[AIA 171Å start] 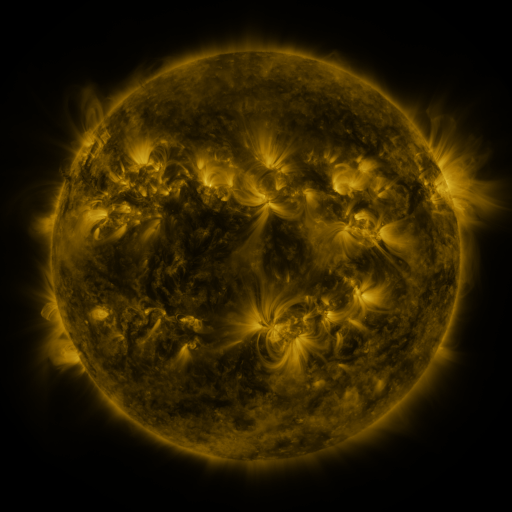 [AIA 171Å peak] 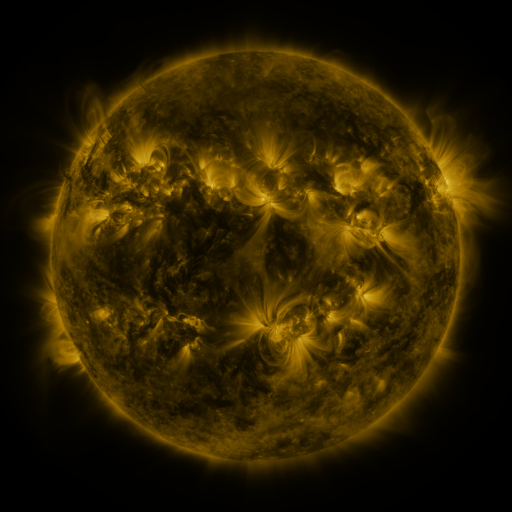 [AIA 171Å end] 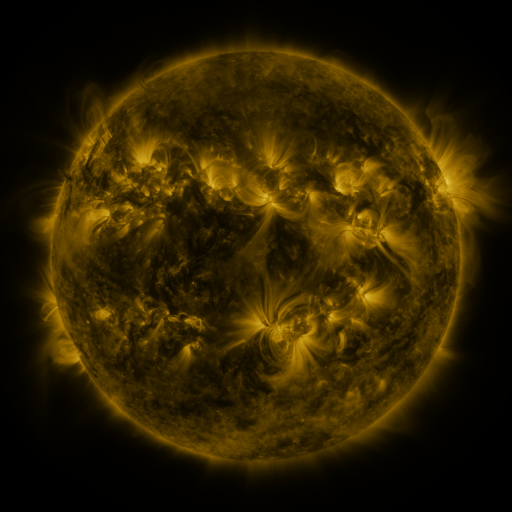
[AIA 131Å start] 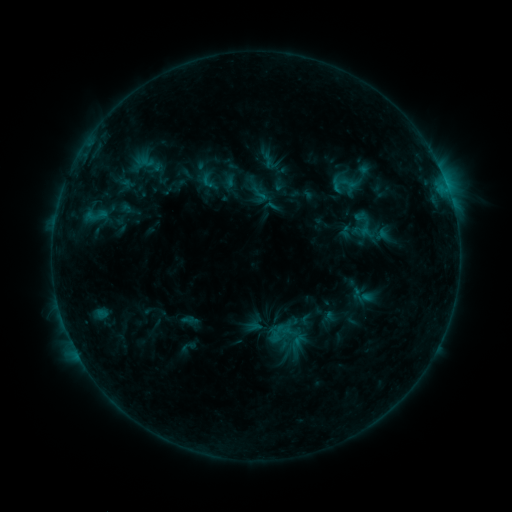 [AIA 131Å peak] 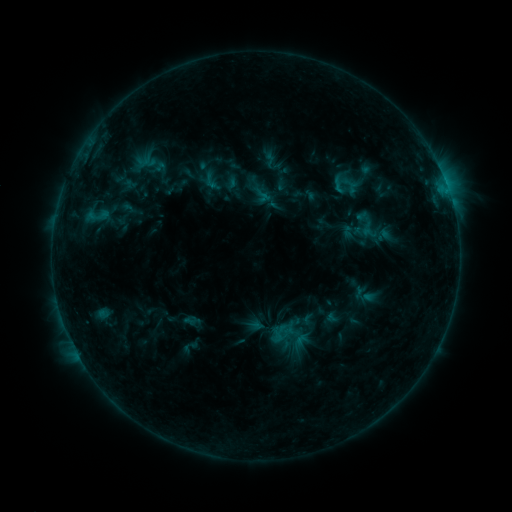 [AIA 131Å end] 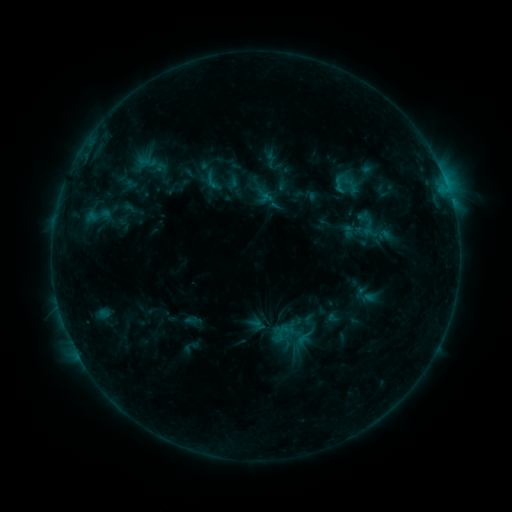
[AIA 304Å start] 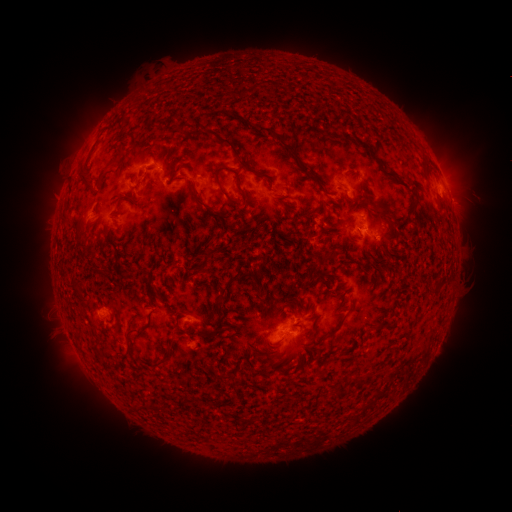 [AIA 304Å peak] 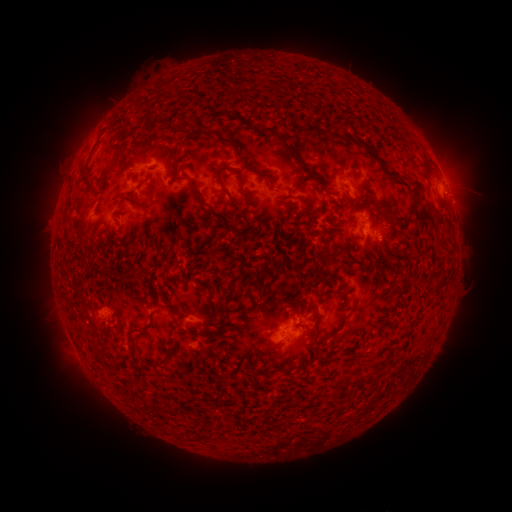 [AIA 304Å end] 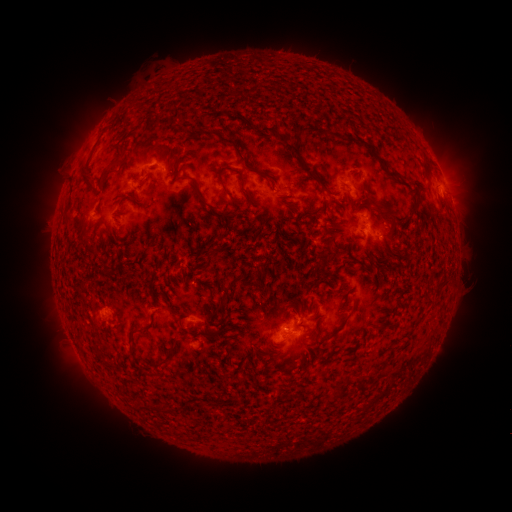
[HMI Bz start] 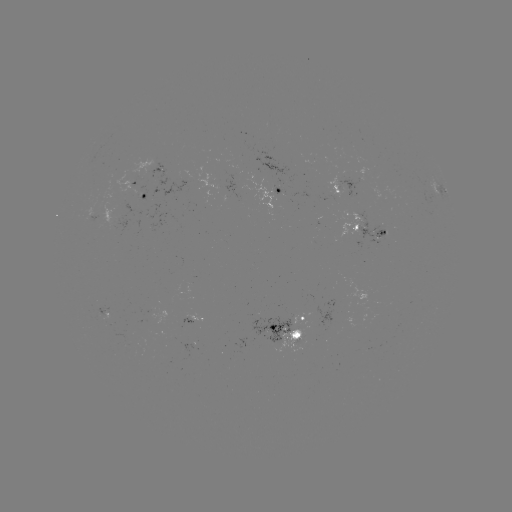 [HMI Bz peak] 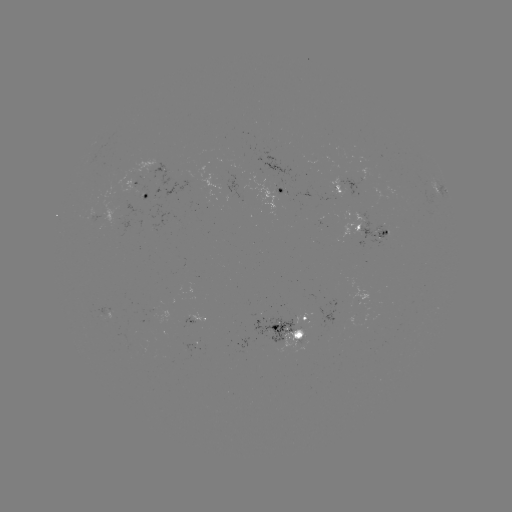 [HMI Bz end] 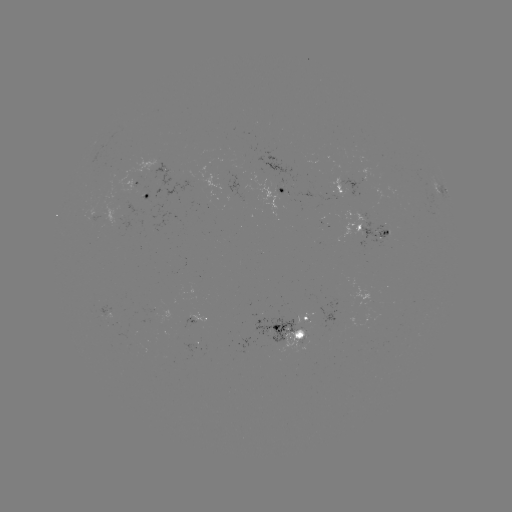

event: emerging-flux region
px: (334, 191)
